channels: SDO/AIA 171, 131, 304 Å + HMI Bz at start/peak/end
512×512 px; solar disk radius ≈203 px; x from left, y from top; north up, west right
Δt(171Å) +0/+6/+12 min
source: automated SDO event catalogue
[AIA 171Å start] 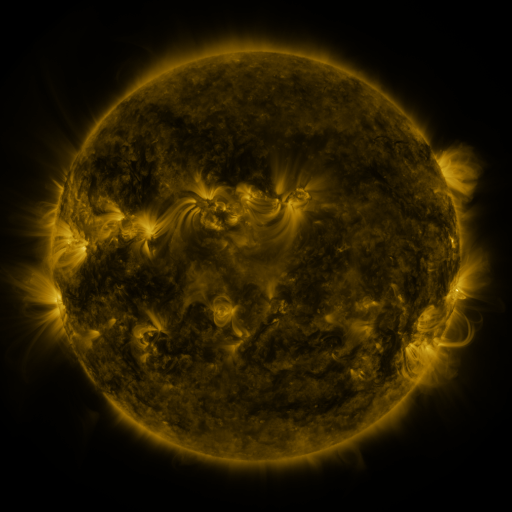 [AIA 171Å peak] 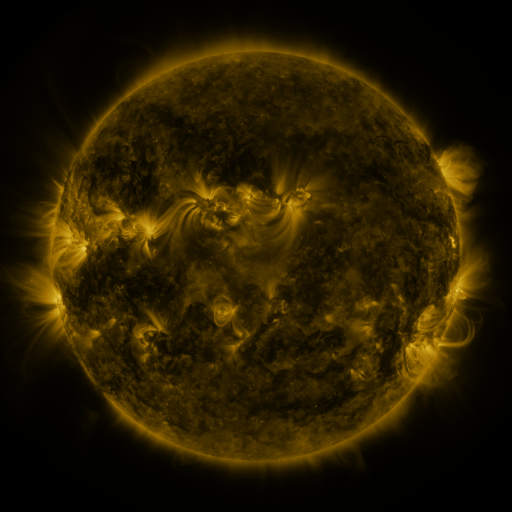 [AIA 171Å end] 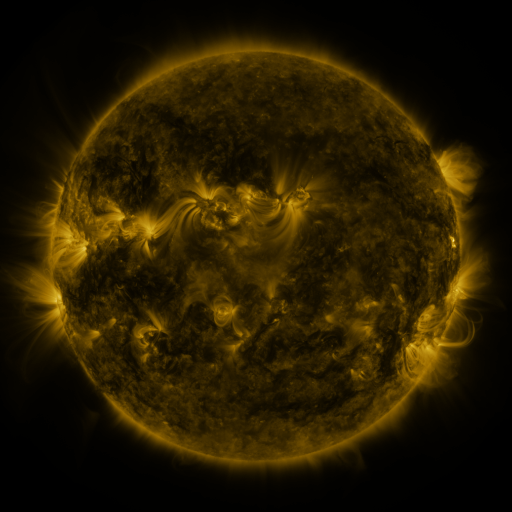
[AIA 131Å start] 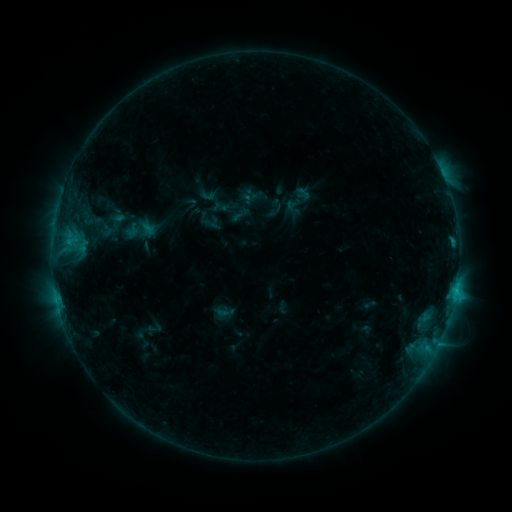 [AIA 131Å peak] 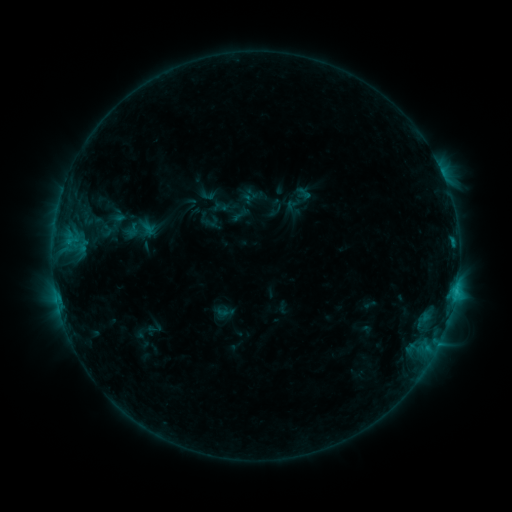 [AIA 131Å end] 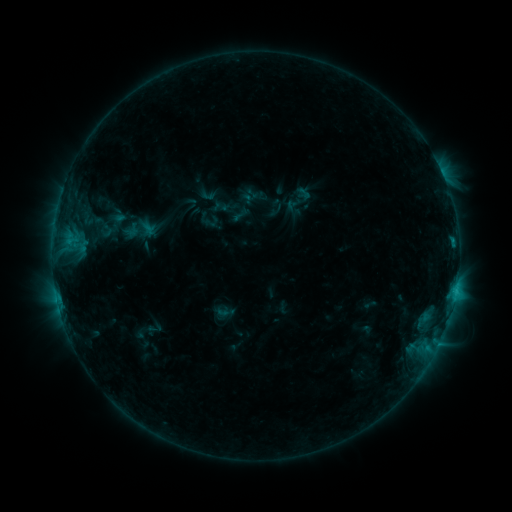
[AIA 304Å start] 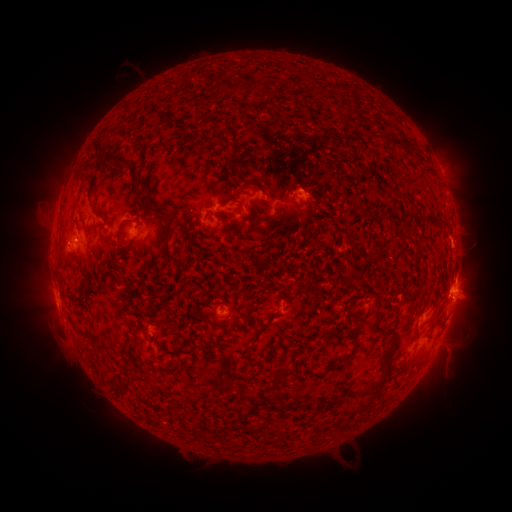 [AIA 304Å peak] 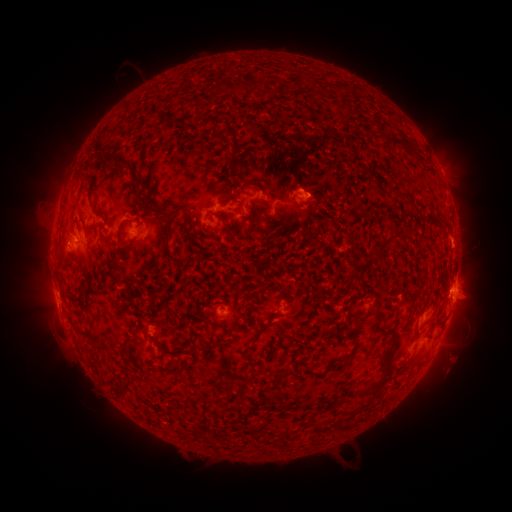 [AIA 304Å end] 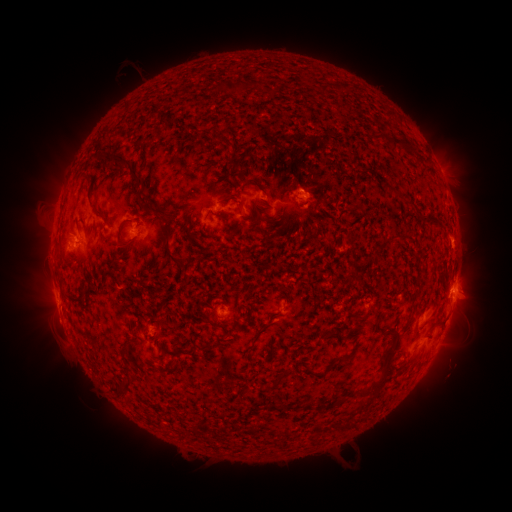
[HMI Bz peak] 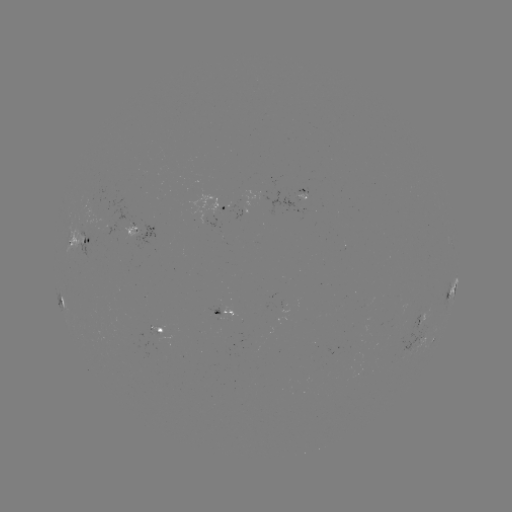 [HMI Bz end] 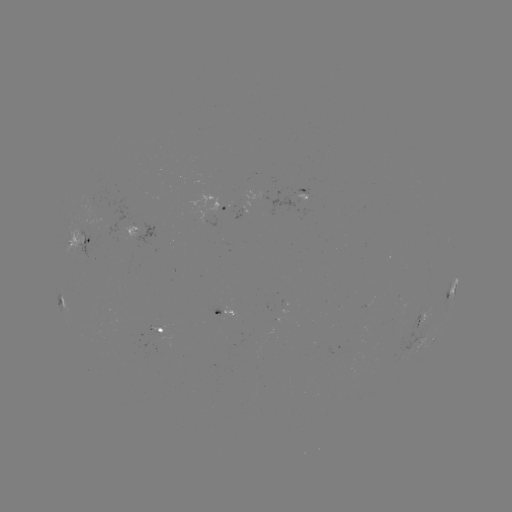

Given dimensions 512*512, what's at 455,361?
eruption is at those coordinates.